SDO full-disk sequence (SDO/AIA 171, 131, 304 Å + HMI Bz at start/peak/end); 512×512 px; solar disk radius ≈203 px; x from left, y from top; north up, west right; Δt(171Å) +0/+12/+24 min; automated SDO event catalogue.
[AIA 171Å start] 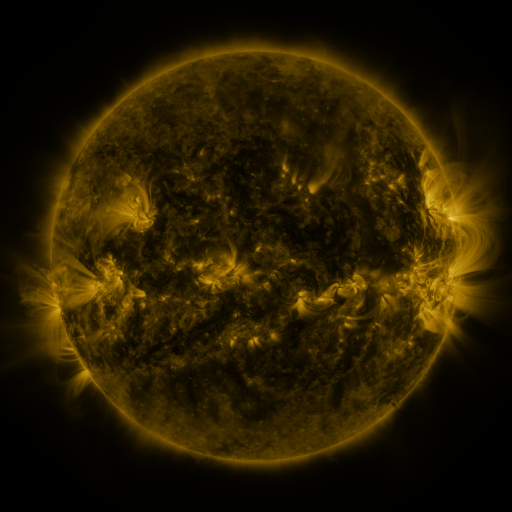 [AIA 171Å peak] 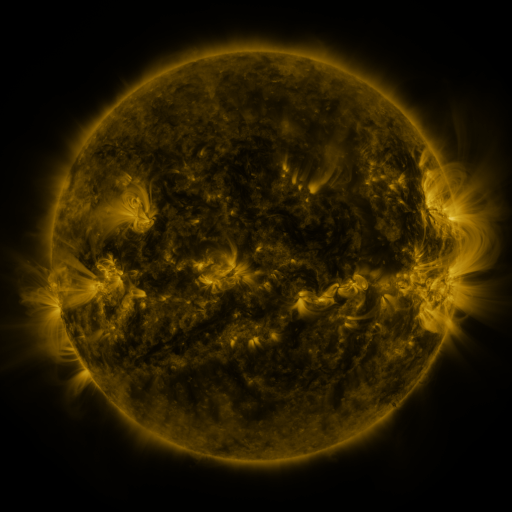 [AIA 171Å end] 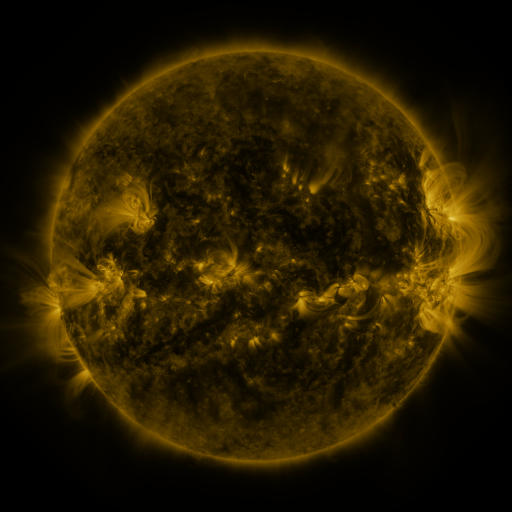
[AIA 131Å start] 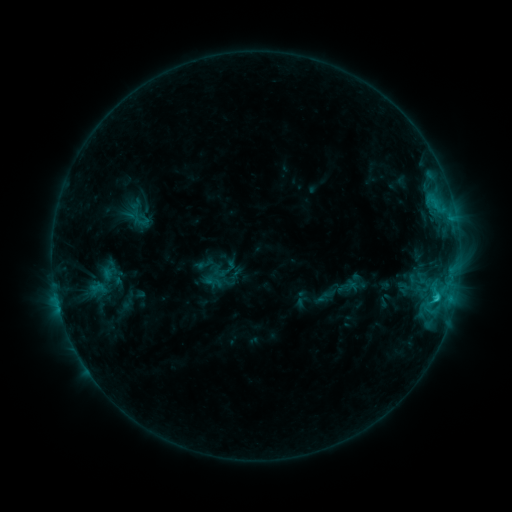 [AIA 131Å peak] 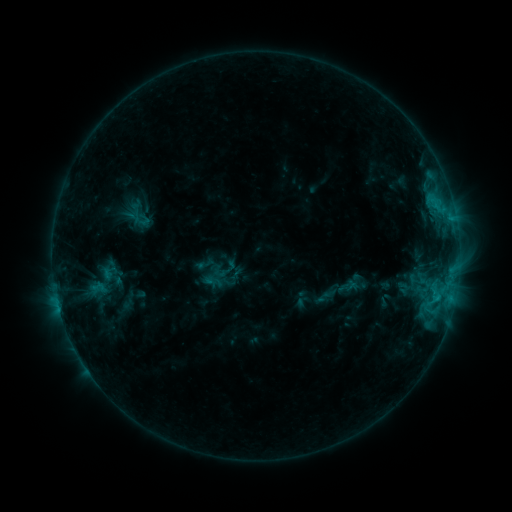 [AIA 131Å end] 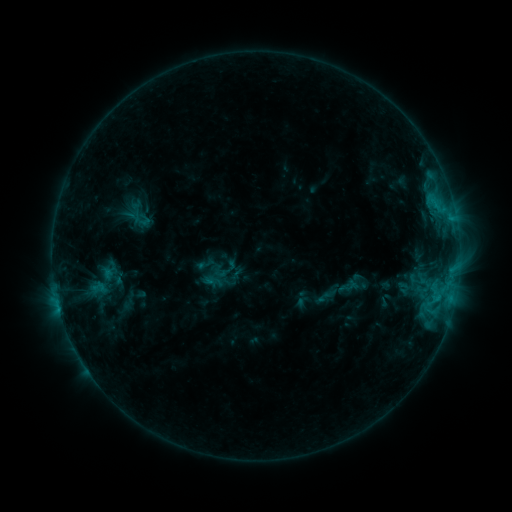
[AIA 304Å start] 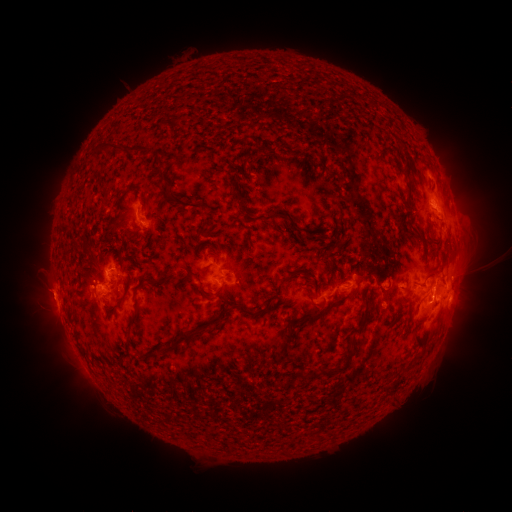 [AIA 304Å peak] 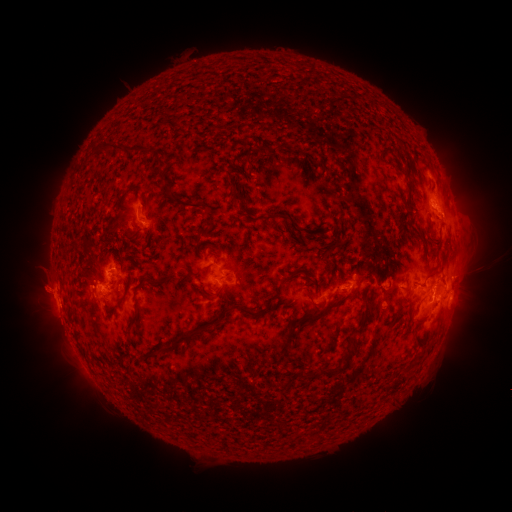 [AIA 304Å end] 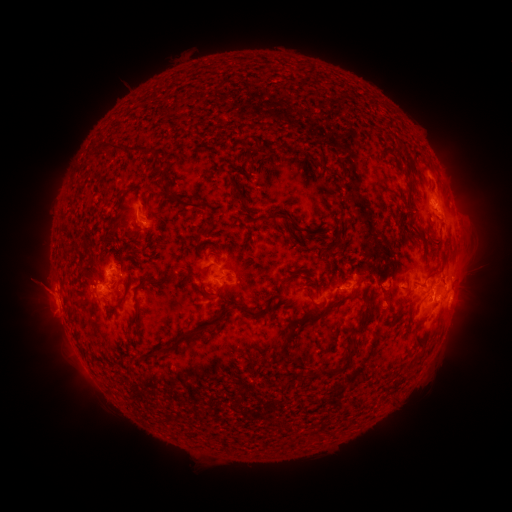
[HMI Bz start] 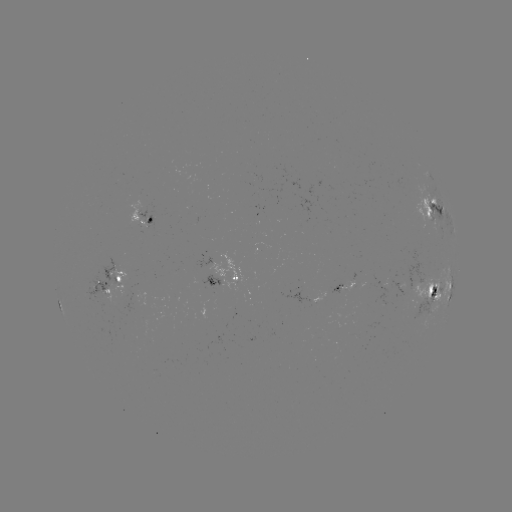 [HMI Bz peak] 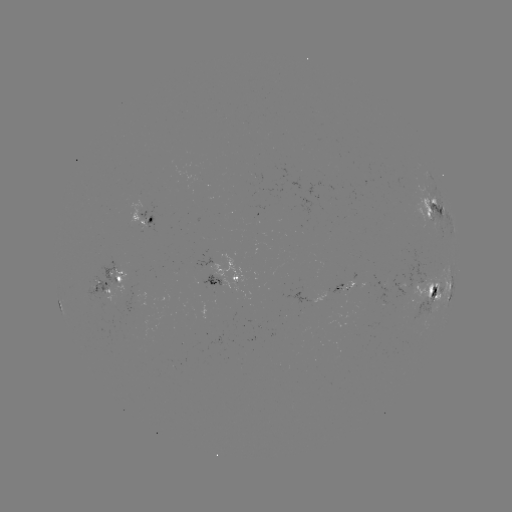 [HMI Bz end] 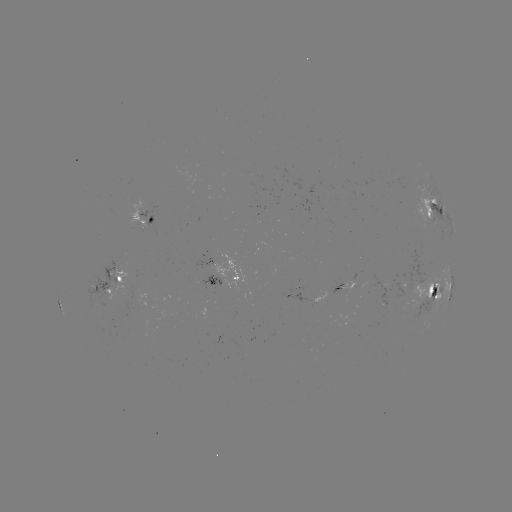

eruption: <bbox>14, 266, 72, 315</bbox>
